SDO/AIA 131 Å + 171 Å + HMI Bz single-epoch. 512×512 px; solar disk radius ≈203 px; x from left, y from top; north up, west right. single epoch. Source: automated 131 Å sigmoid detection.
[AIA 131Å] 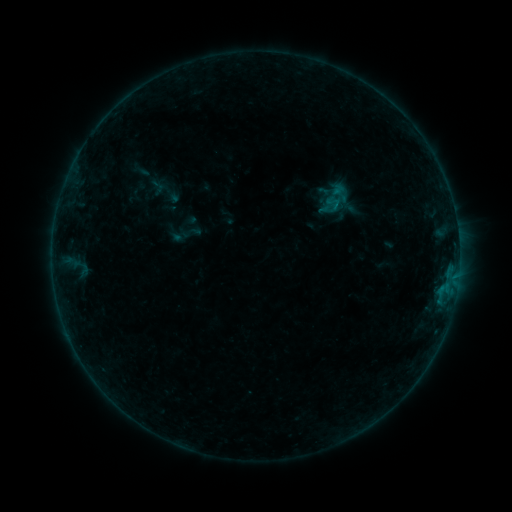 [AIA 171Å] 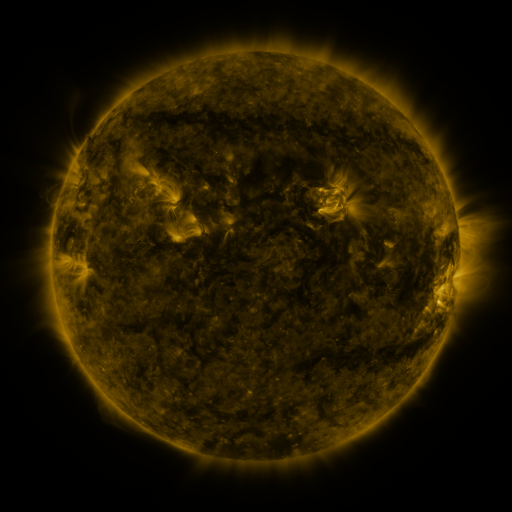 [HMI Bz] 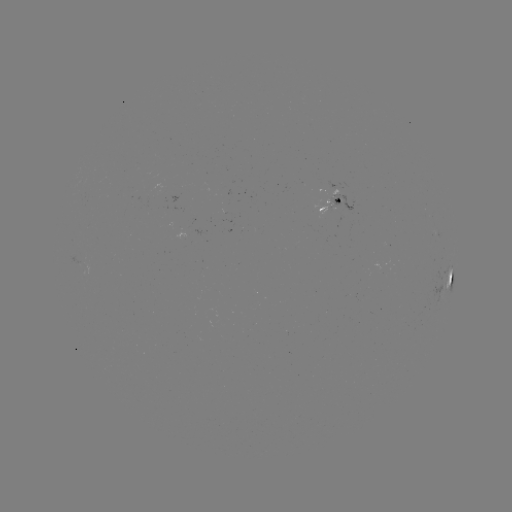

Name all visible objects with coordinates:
sigmoid: (332, 205)
sigmoid: (190, 232)
